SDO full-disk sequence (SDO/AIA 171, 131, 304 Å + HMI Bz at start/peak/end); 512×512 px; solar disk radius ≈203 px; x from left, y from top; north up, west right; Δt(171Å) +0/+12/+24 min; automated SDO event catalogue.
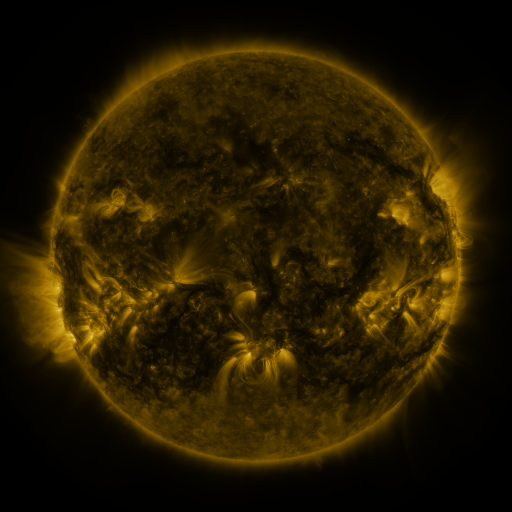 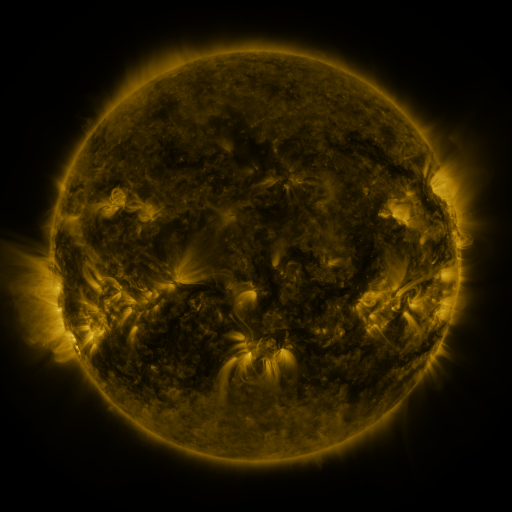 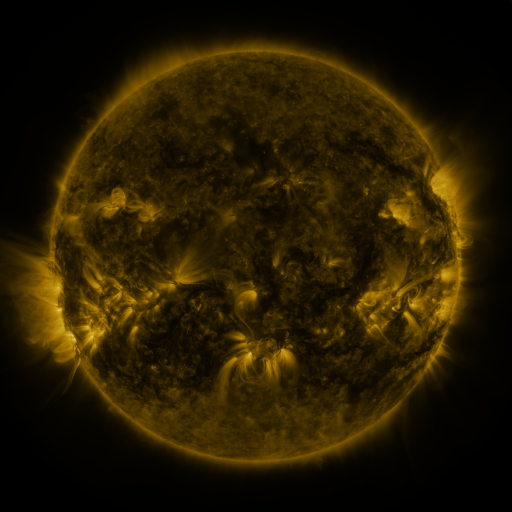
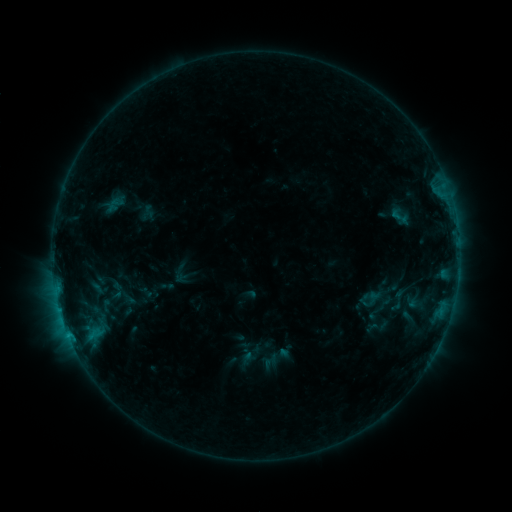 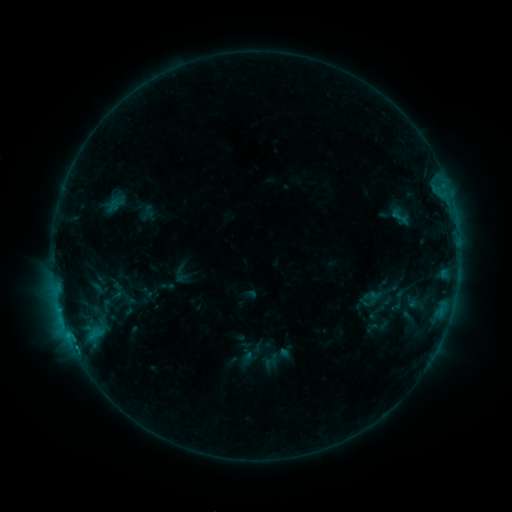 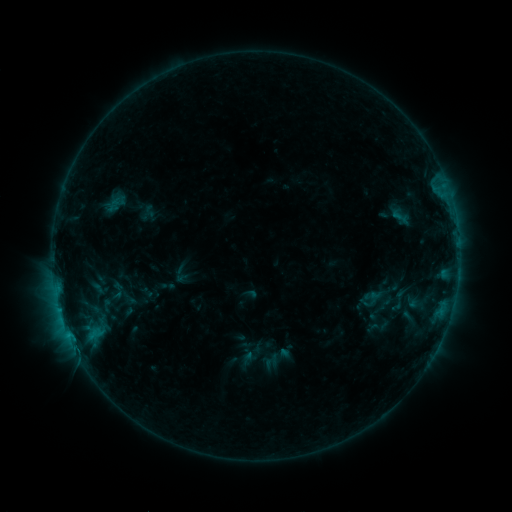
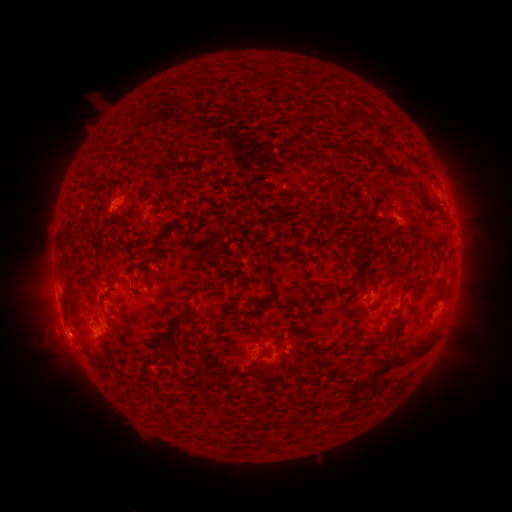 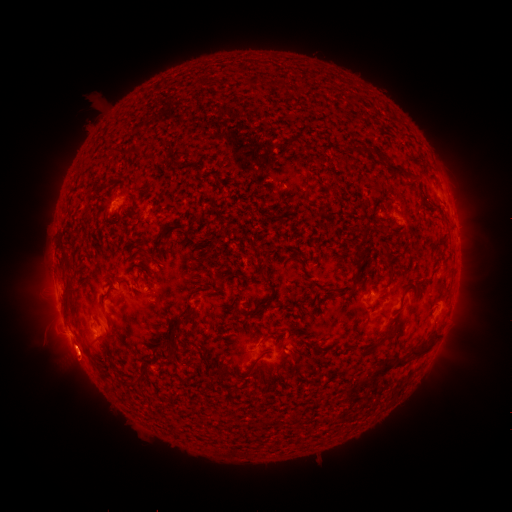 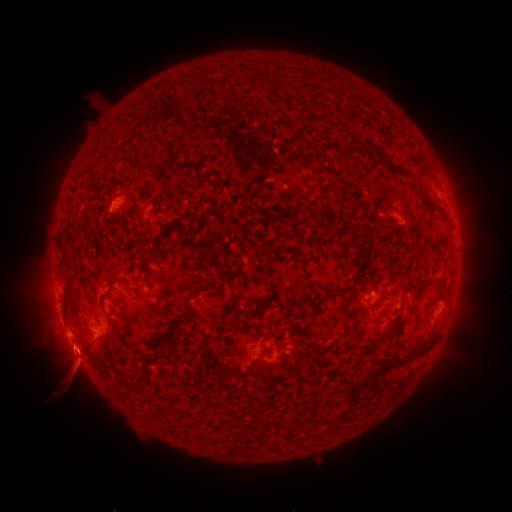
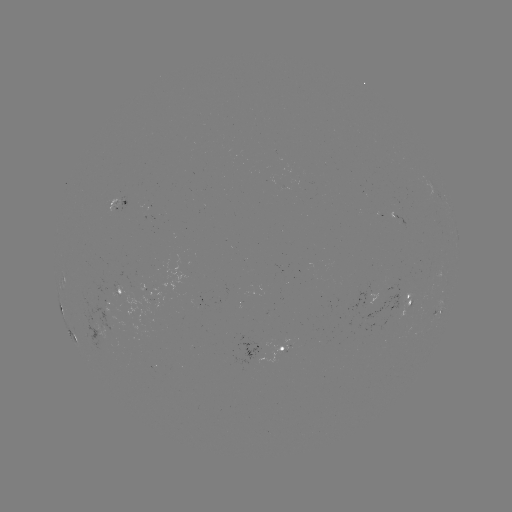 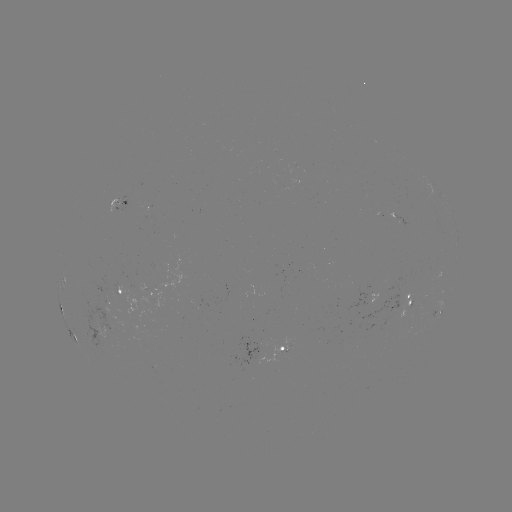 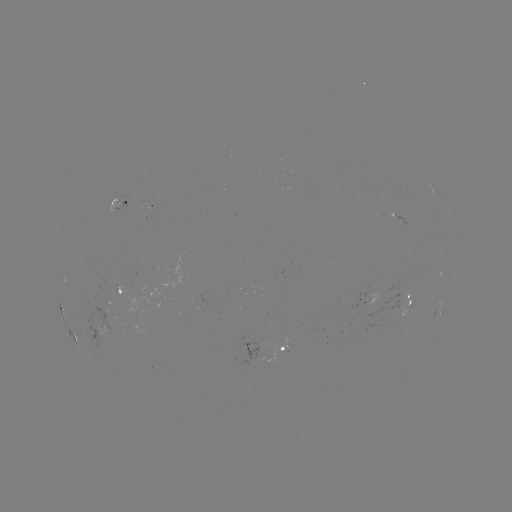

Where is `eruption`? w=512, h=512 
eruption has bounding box [27, 315, 107, 416].